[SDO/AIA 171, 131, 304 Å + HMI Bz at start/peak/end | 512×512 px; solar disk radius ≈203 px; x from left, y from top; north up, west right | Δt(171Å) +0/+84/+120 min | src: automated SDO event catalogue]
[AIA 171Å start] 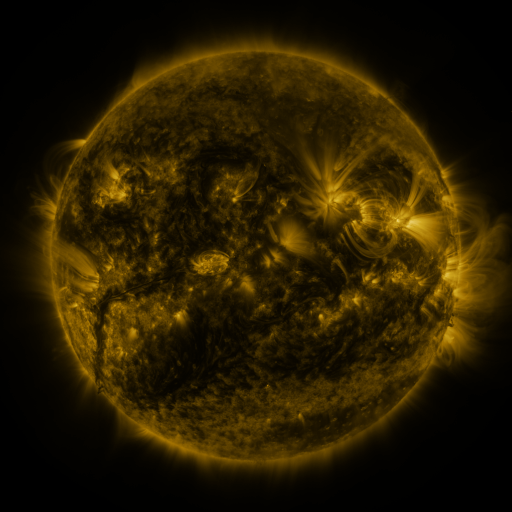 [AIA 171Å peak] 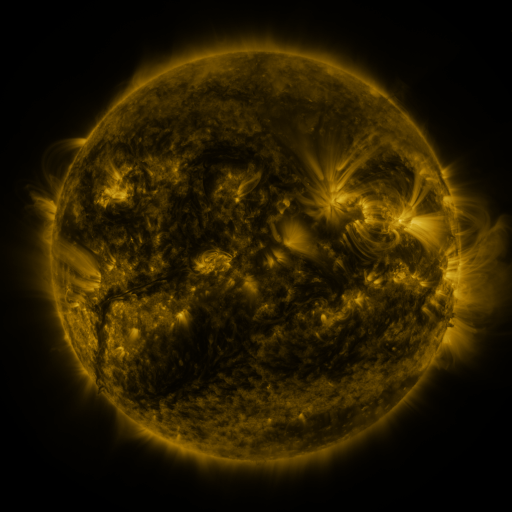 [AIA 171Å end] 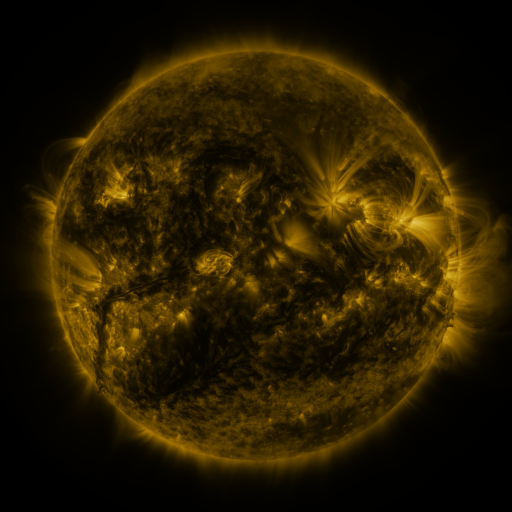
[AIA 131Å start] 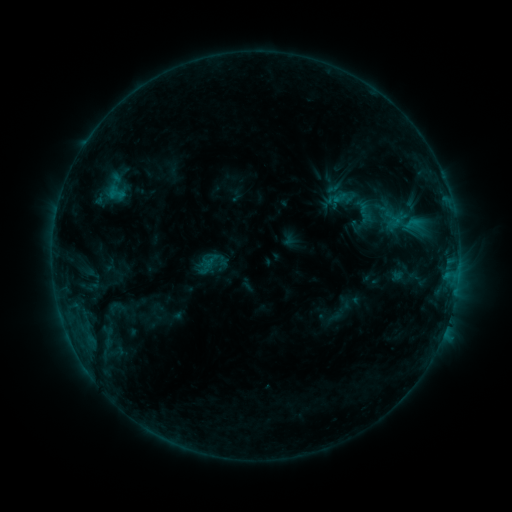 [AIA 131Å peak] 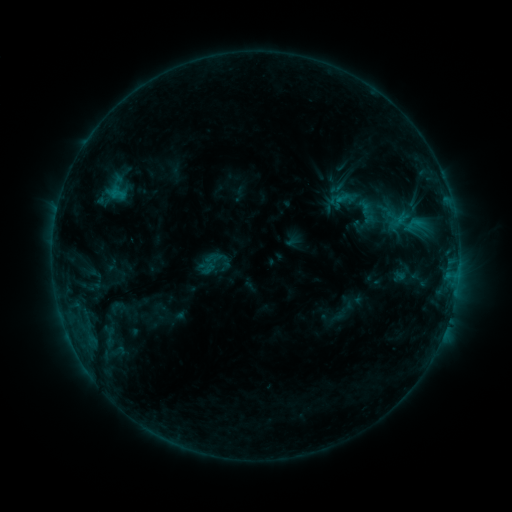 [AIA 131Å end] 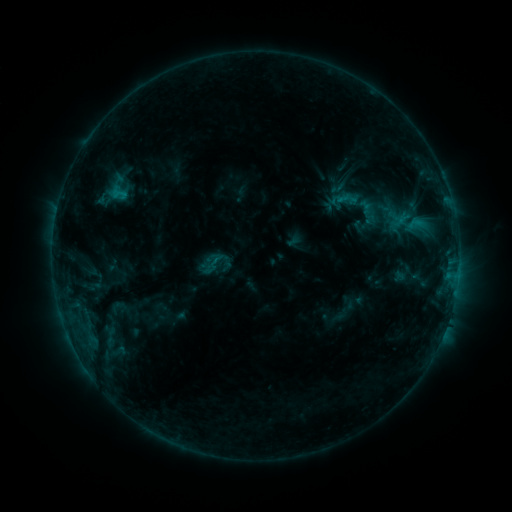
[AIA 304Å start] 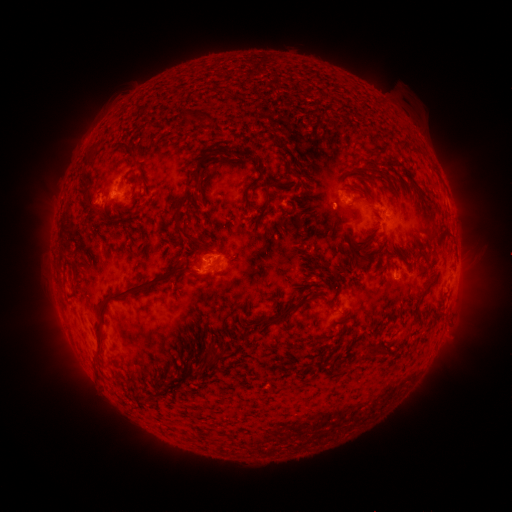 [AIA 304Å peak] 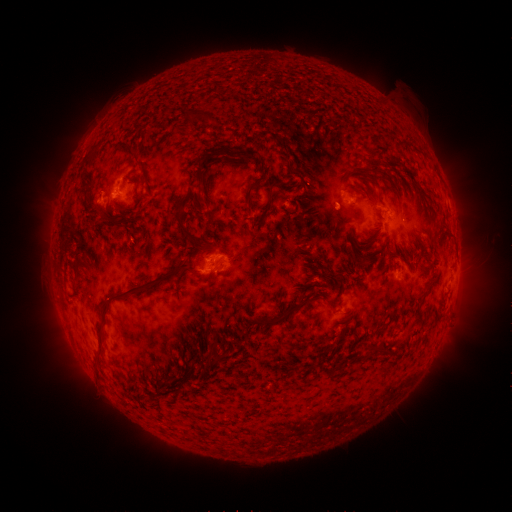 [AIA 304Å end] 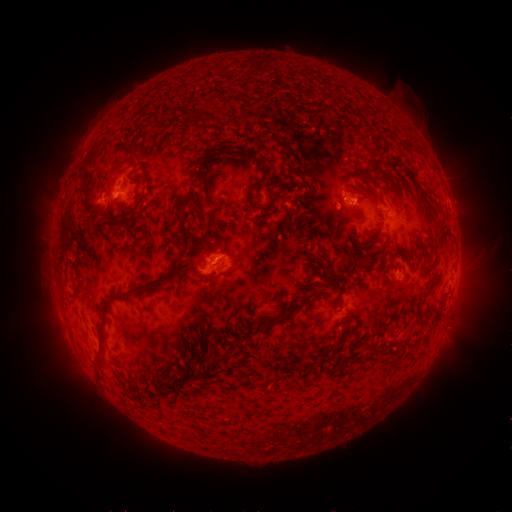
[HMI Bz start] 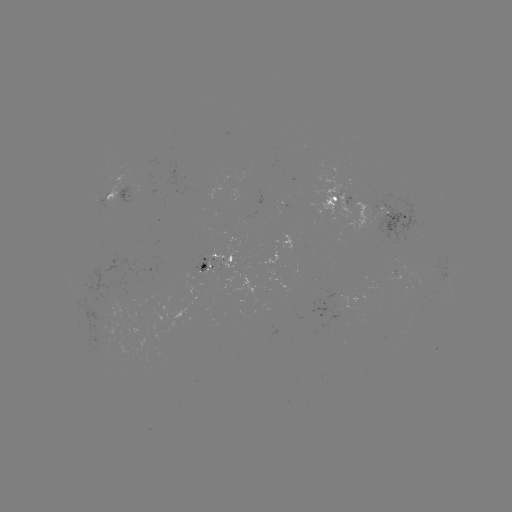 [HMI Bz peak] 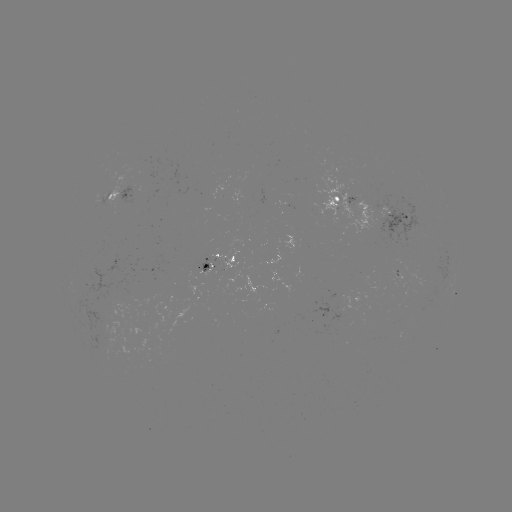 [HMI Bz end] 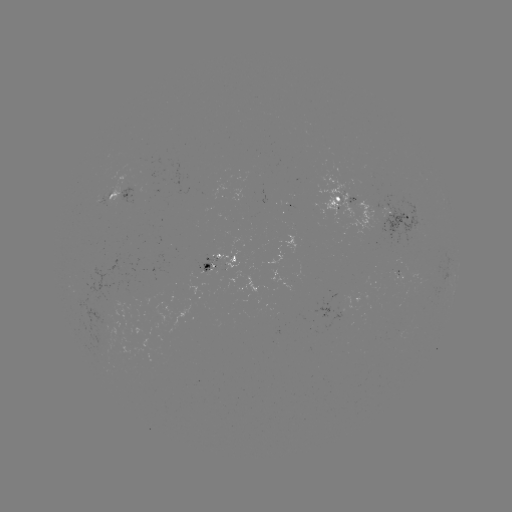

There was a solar emerging-flux region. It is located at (221, 262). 